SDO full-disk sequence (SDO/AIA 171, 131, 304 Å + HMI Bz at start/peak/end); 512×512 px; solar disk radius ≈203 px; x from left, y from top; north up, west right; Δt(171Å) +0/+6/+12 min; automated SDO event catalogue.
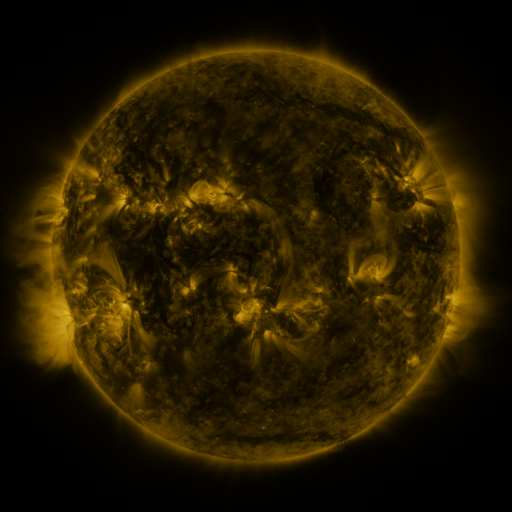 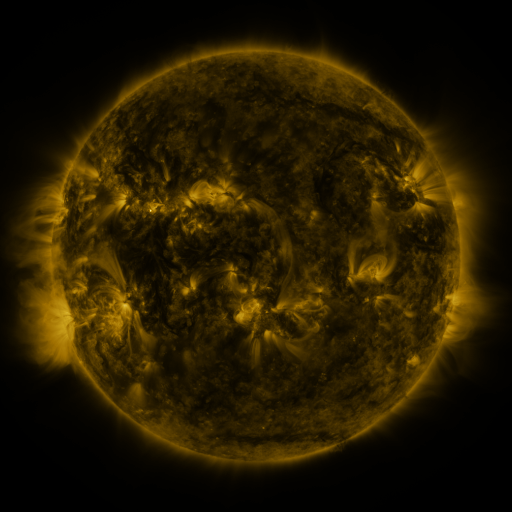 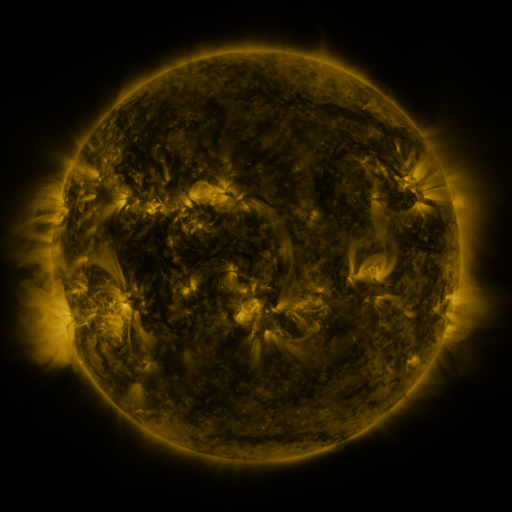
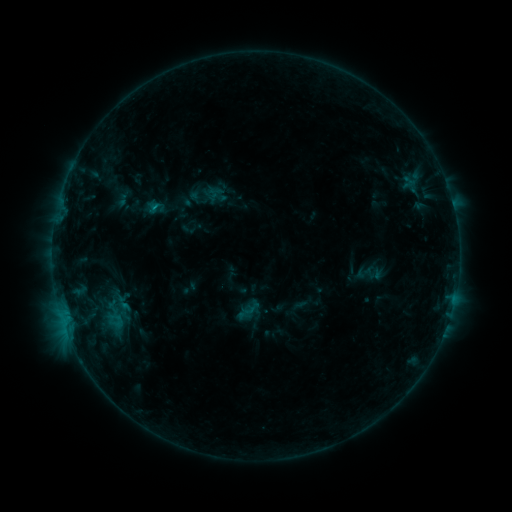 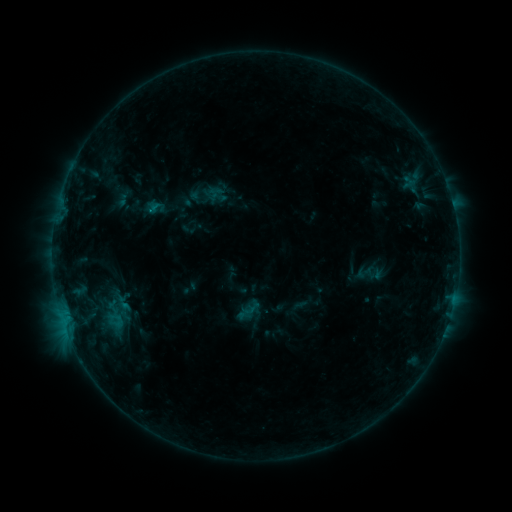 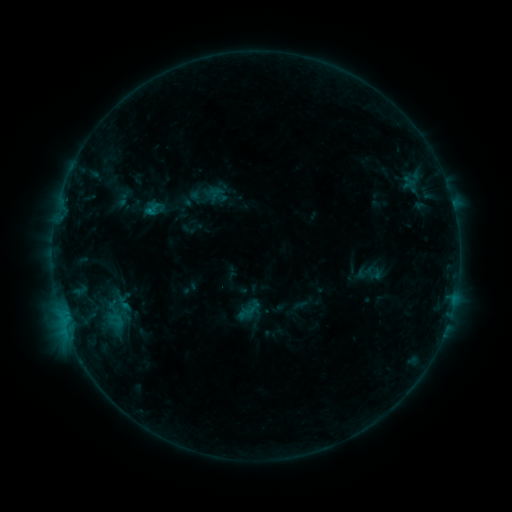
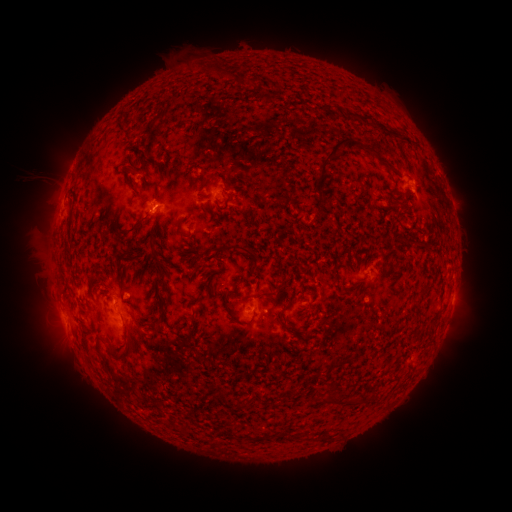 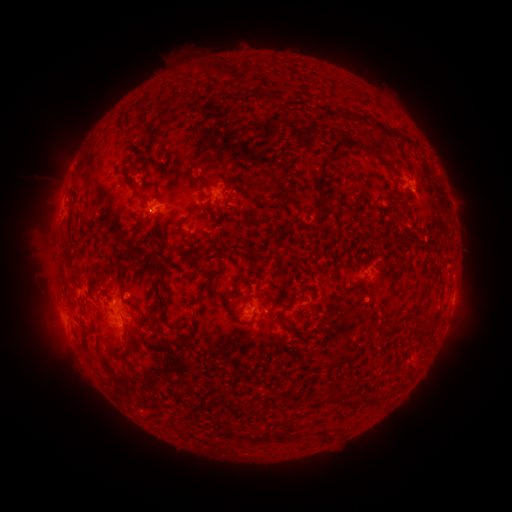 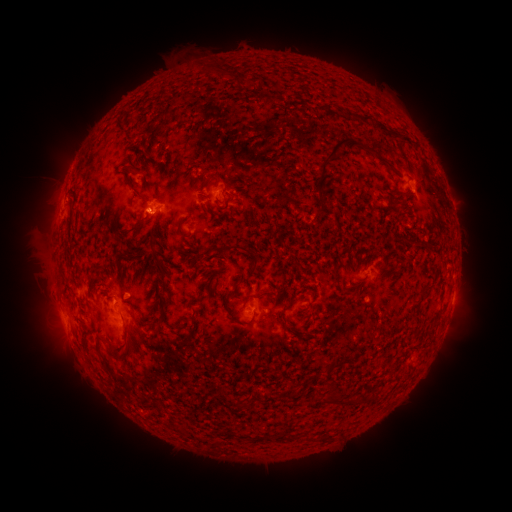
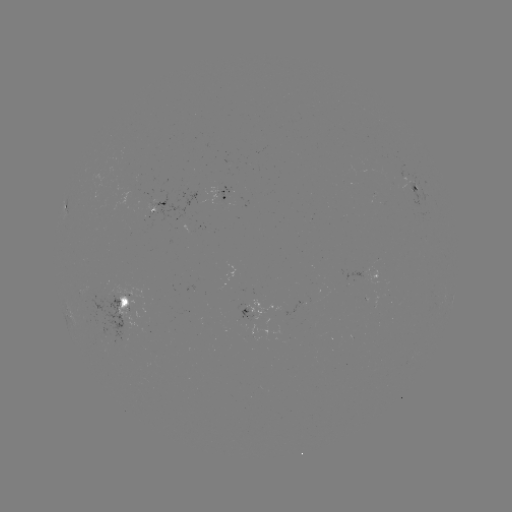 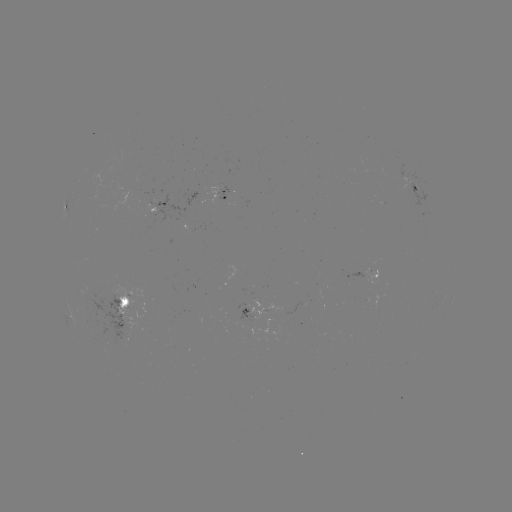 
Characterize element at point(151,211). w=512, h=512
B4.5 flare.